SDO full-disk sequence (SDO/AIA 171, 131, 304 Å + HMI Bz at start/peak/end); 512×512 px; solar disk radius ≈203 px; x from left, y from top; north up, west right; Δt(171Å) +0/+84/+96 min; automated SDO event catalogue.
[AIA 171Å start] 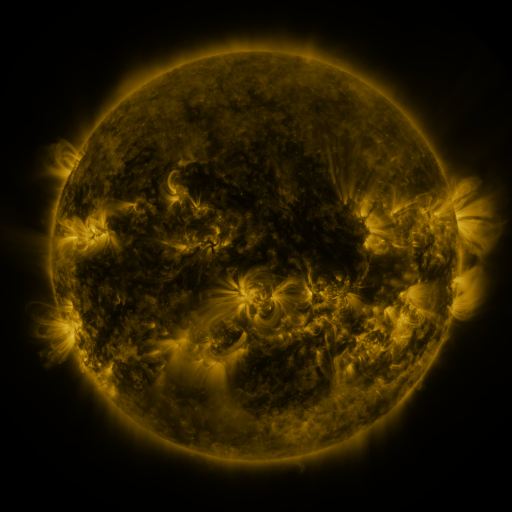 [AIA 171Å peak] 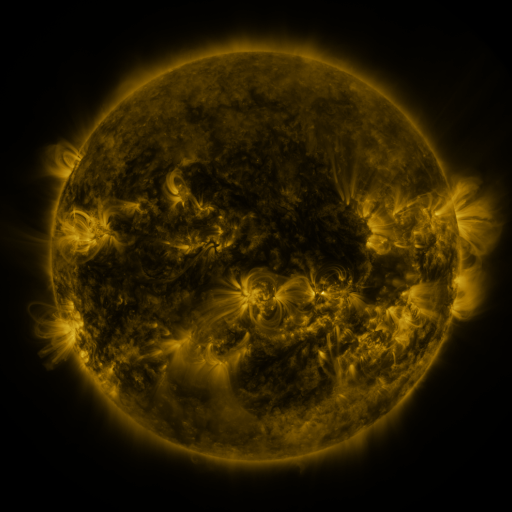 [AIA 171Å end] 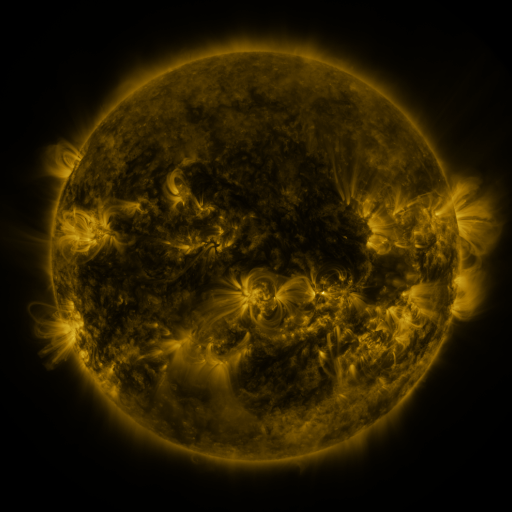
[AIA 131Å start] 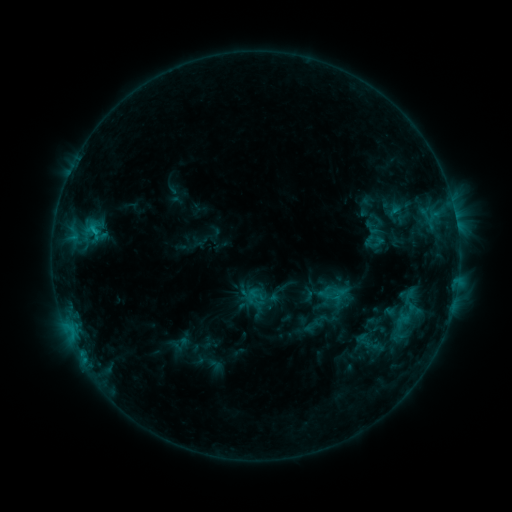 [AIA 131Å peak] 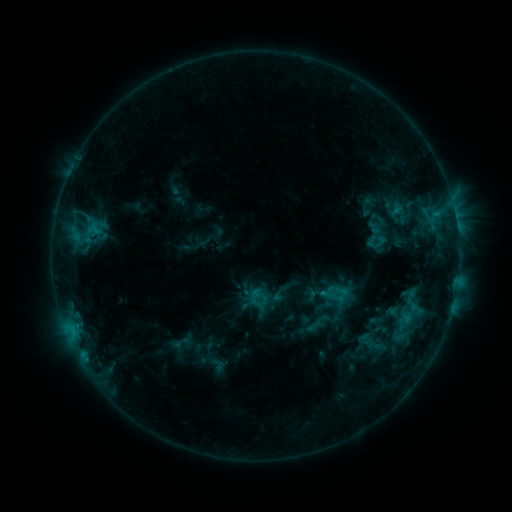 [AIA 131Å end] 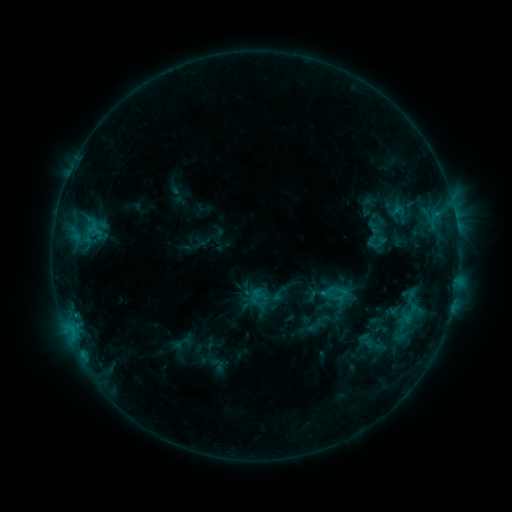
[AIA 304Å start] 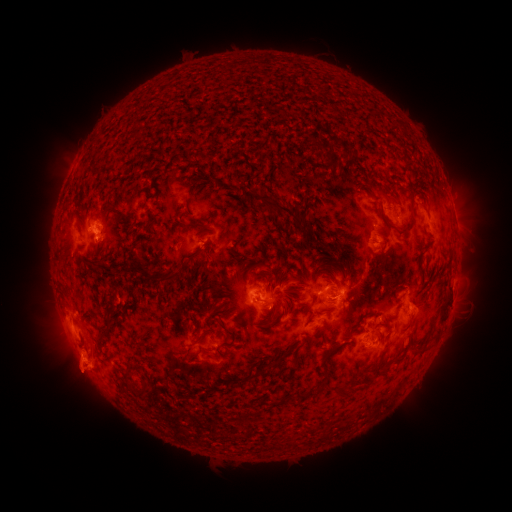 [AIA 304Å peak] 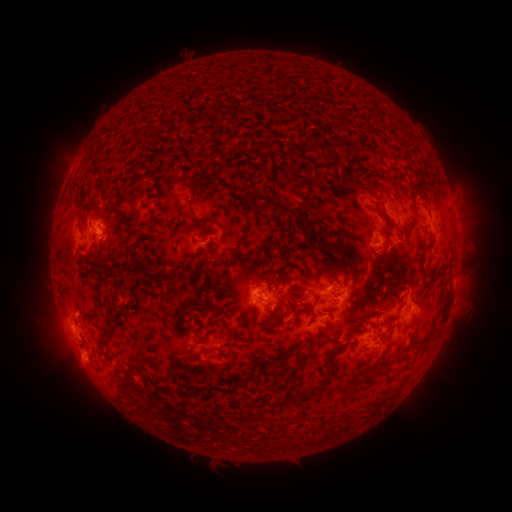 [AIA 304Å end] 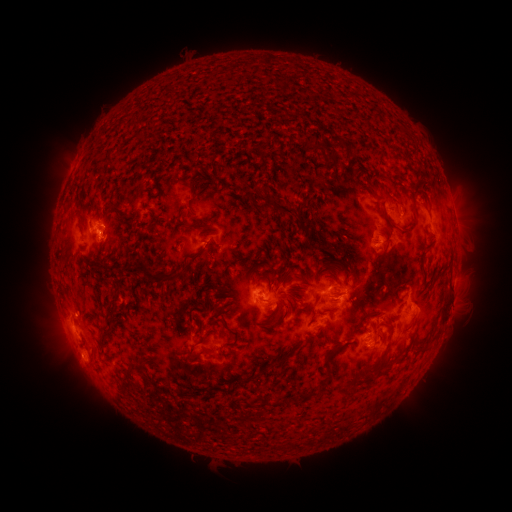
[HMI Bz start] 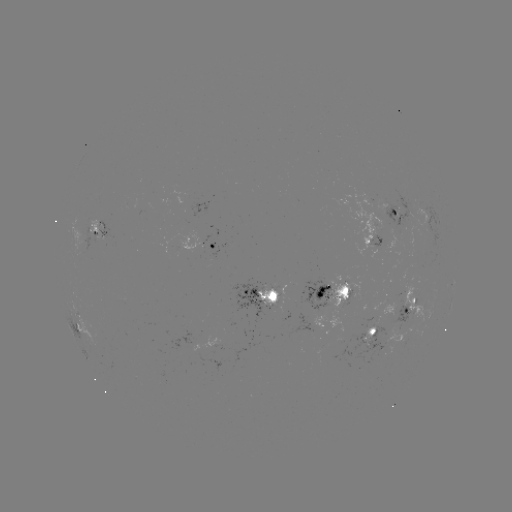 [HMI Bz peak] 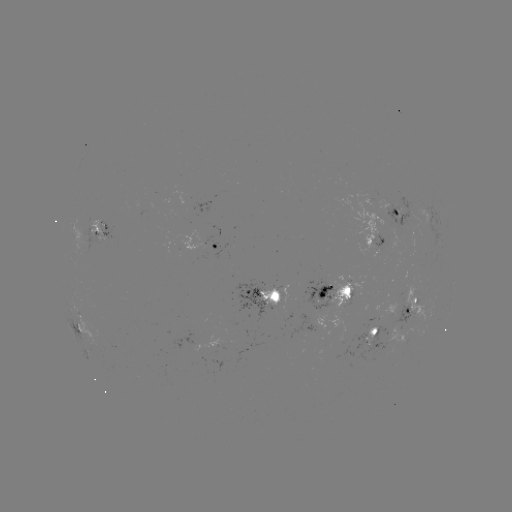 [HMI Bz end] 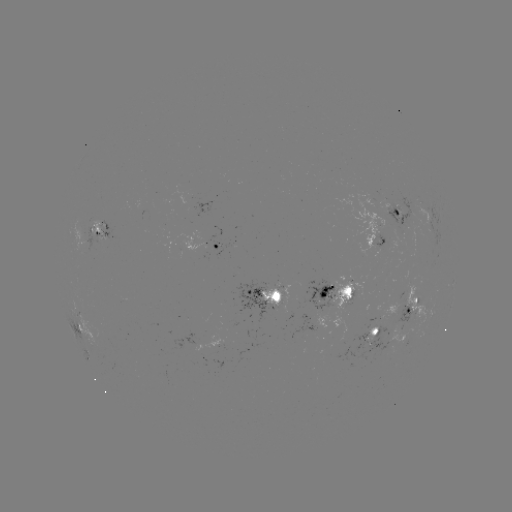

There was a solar emerging-flux region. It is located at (82, 236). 